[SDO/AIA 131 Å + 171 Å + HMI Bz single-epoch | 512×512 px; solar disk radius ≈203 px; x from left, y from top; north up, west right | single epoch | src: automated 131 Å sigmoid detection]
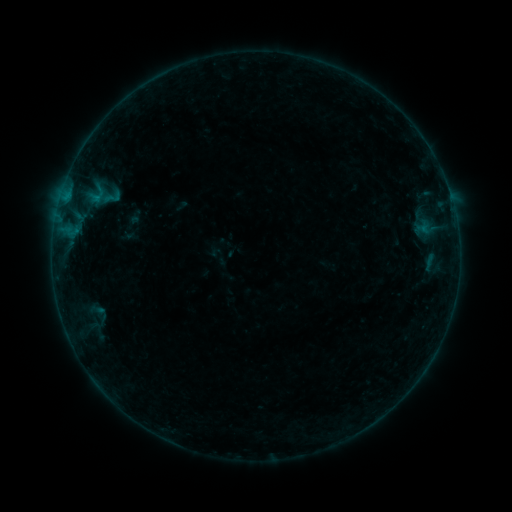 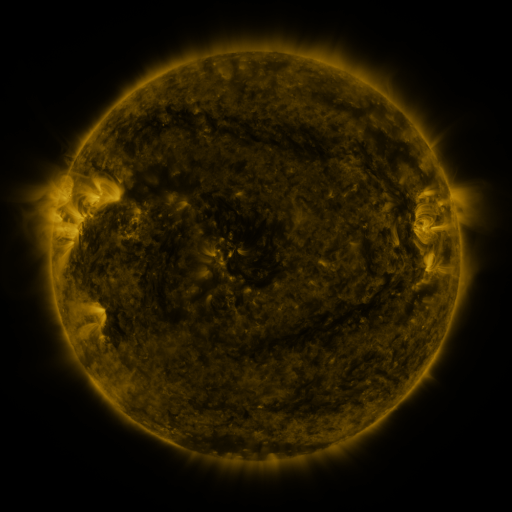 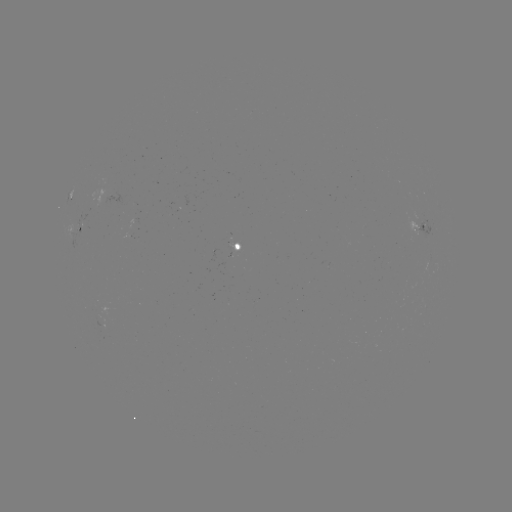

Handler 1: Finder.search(sigmoid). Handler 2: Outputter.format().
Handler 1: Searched sigmoid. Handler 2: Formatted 112,197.